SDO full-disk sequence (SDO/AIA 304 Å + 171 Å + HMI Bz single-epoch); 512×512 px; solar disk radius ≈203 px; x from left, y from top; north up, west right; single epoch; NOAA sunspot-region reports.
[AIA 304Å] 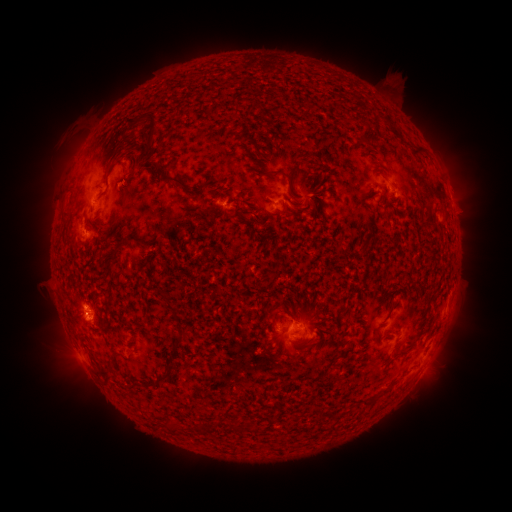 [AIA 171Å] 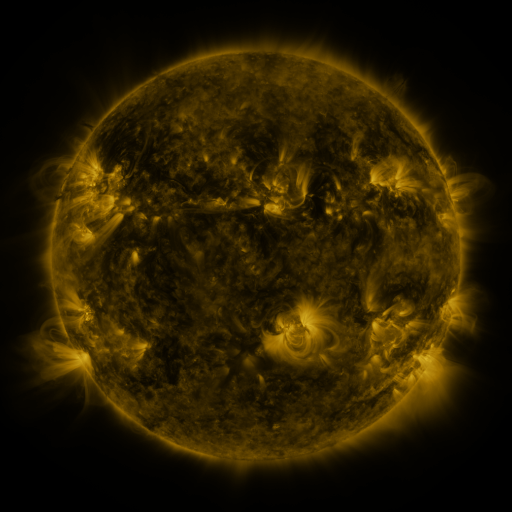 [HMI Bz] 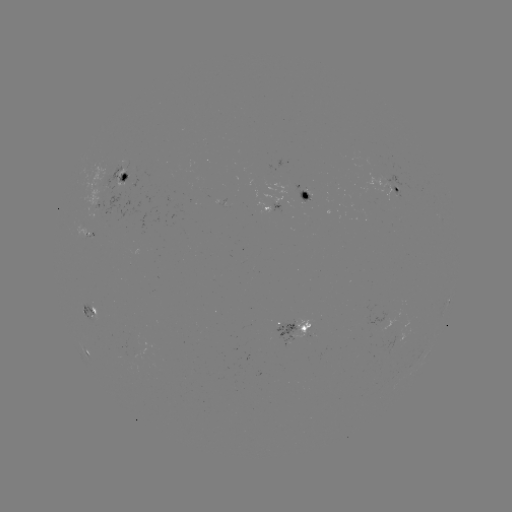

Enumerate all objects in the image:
spotted active region: (127, 177)
spotted active region: (401, 189)
spotted active region: (308, 199)
spotted active region: (276, 206)
spotted active region: (449, 302)
spotted active region: (90, 310)
spotted active region: (300, 329)
spotted active region: (86, 352)
